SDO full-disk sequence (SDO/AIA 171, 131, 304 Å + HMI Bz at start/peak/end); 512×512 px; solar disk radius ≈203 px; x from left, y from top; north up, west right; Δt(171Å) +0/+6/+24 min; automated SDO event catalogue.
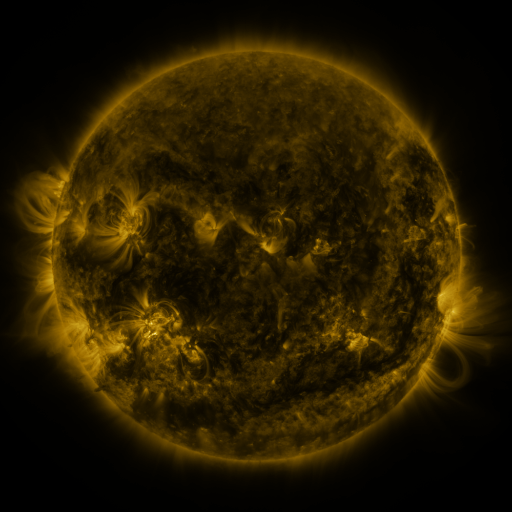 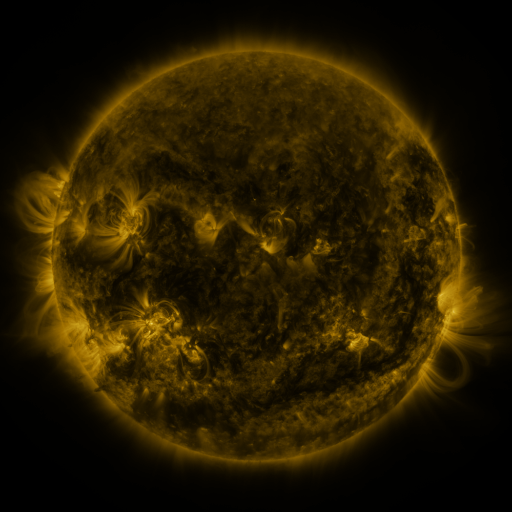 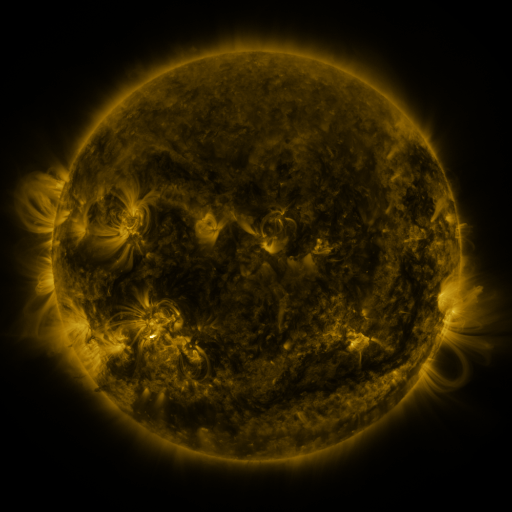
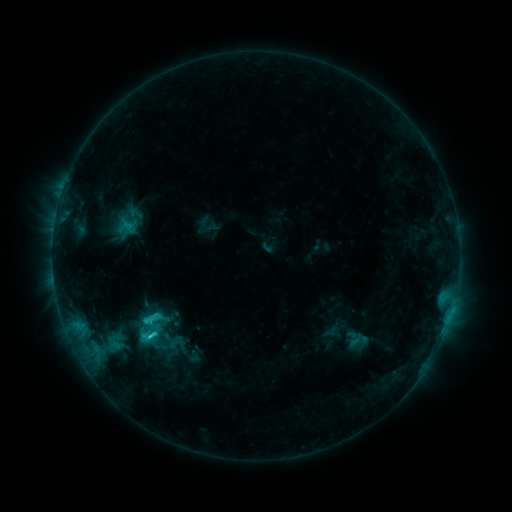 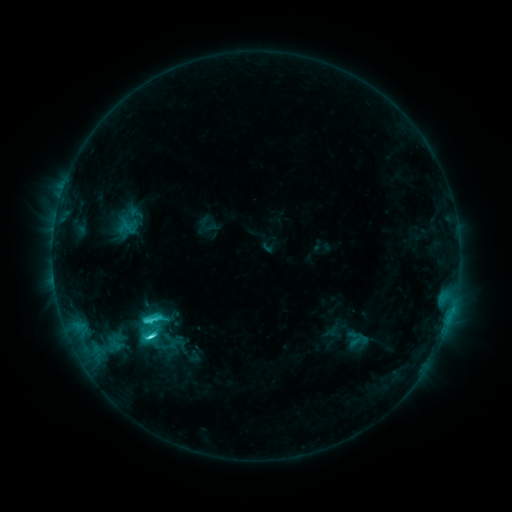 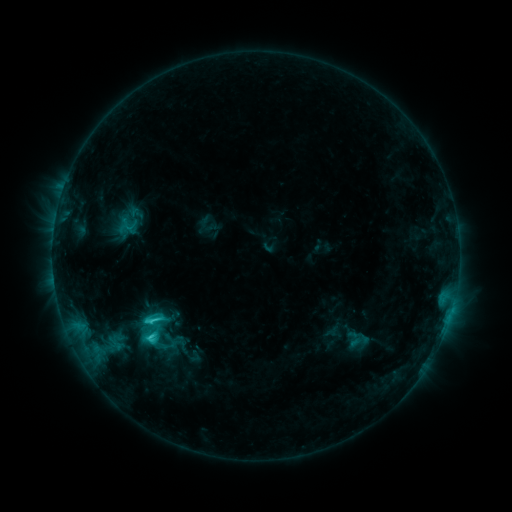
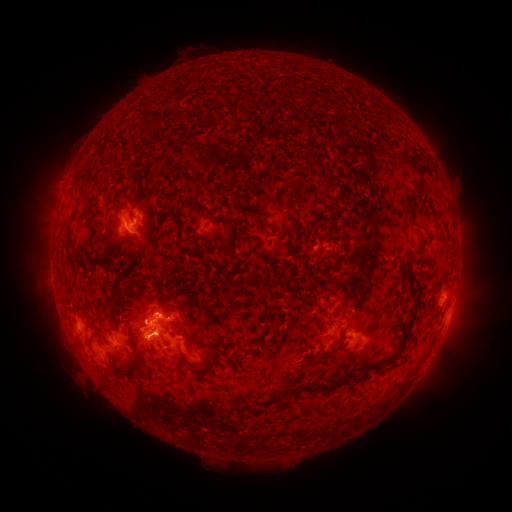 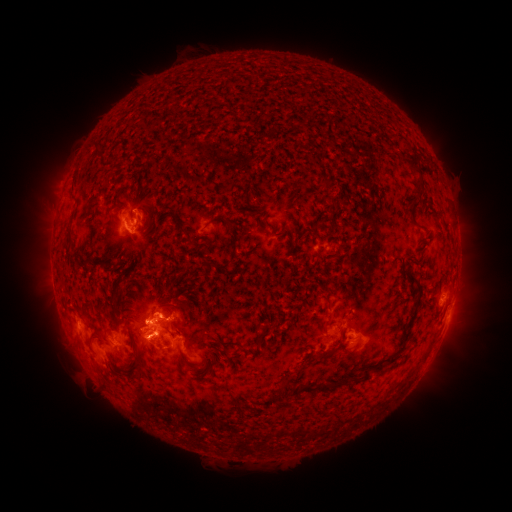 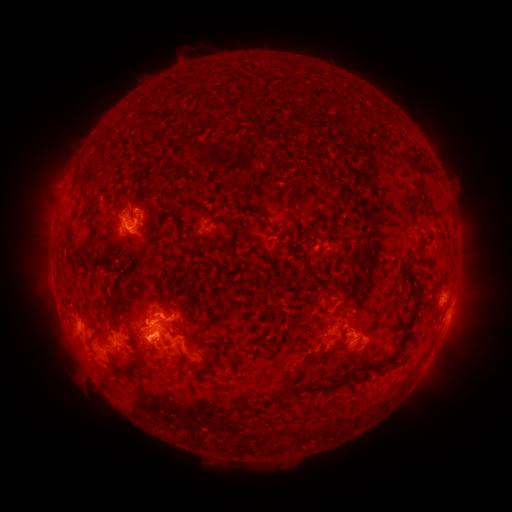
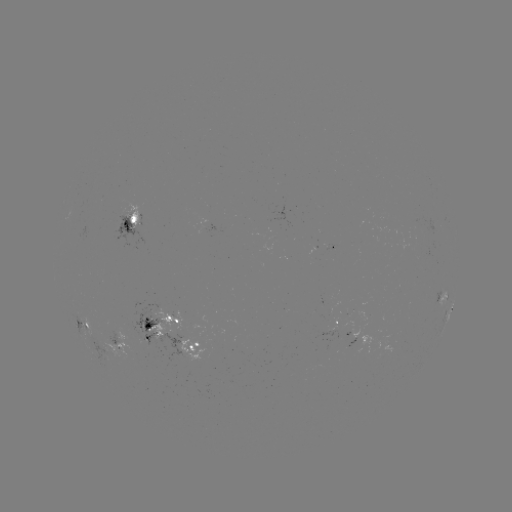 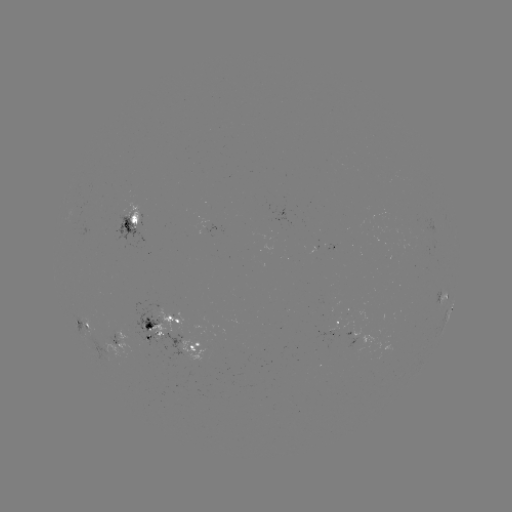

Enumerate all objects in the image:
C4.6 flare: (152, 336)
